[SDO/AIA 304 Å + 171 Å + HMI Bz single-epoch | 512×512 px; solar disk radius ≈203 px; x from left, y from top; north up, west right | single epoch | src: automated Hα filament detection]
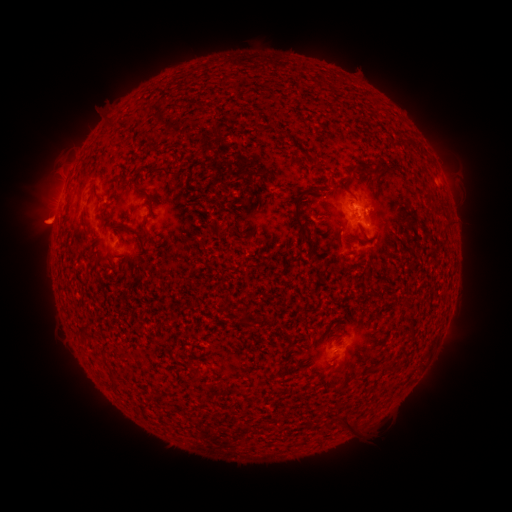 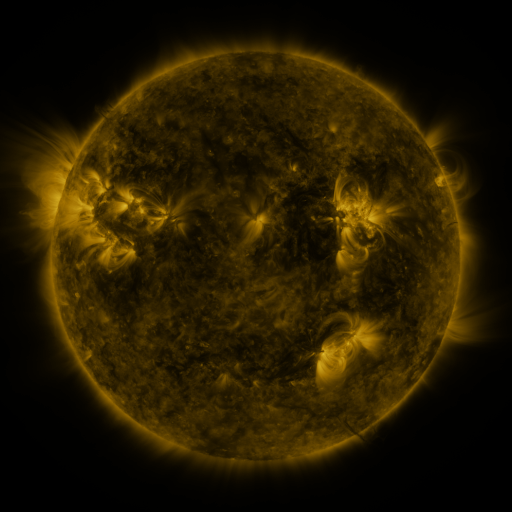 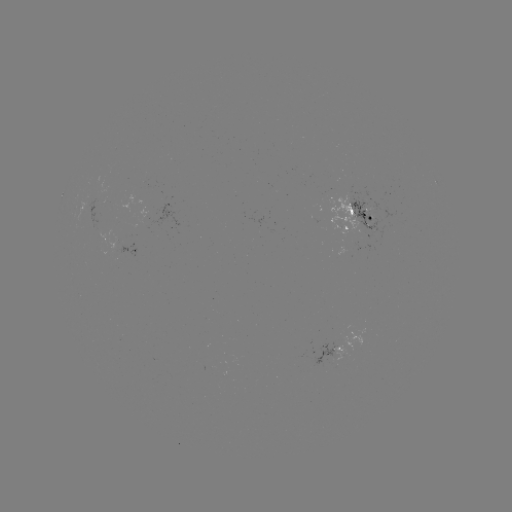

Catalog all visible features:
filament: (413, 144)
filament: (356, 169)
filament: (142, 190)
filament: (298, 221)
filament: (126, 226)
filament: (243, 317)
filament: (82, 326)
filament: (389, 370)
filament: (343, 423)
